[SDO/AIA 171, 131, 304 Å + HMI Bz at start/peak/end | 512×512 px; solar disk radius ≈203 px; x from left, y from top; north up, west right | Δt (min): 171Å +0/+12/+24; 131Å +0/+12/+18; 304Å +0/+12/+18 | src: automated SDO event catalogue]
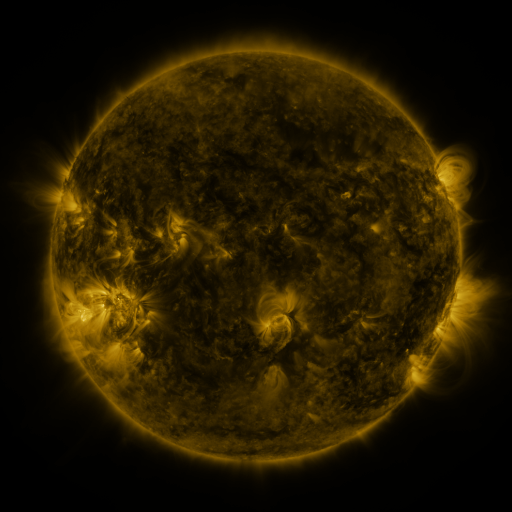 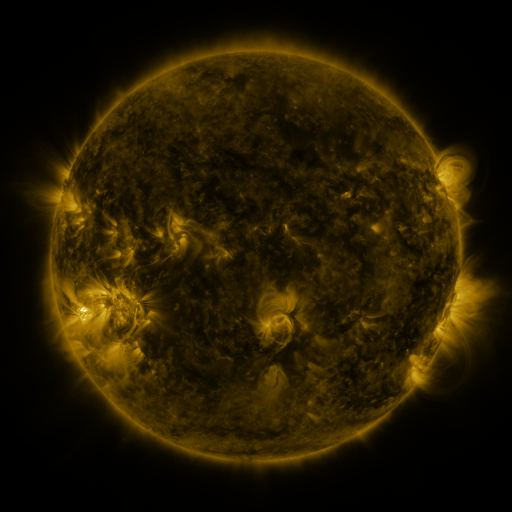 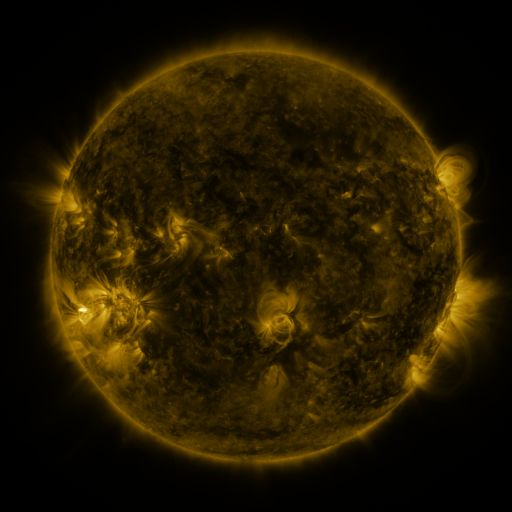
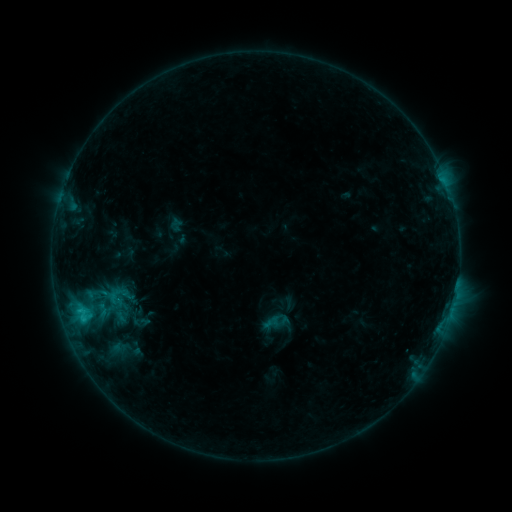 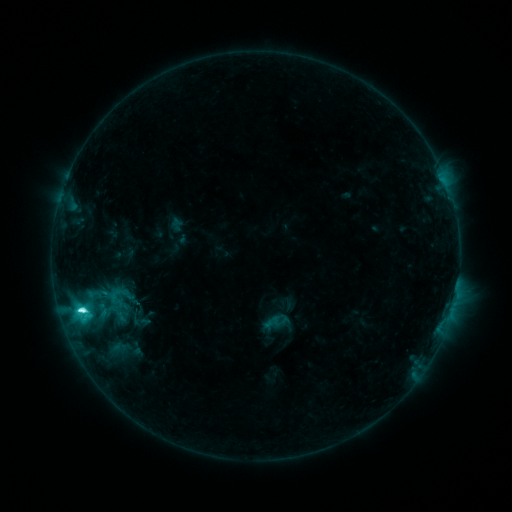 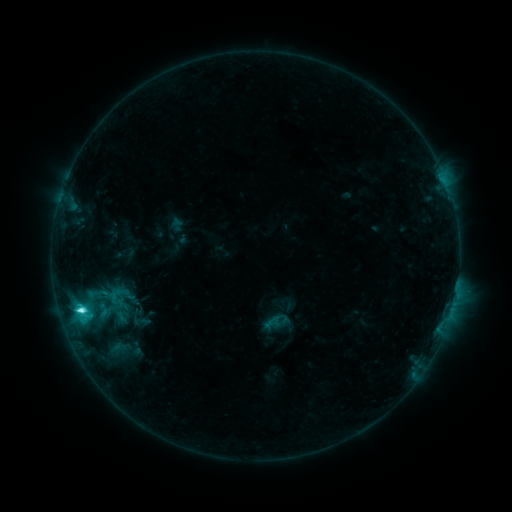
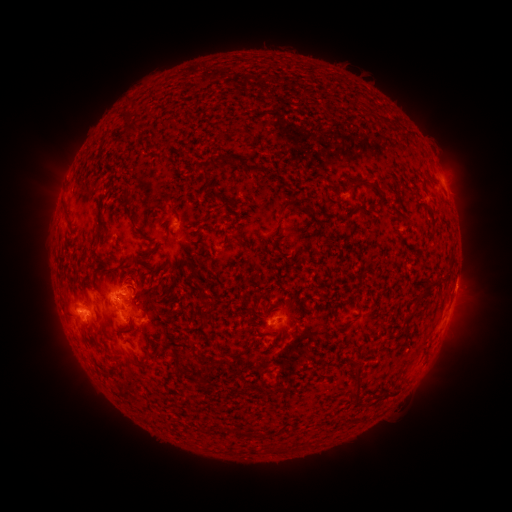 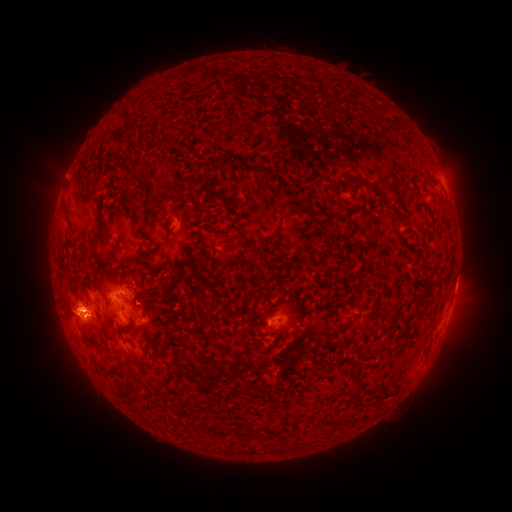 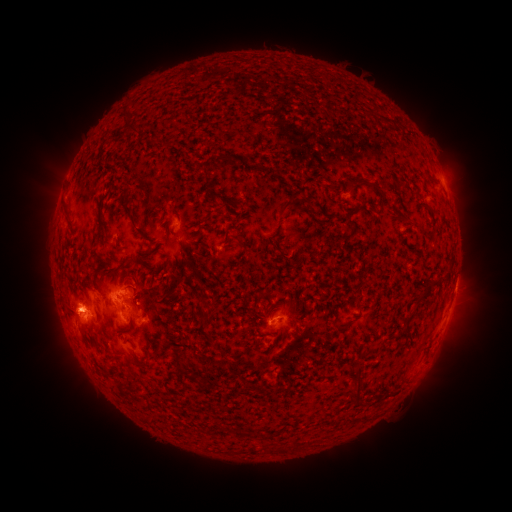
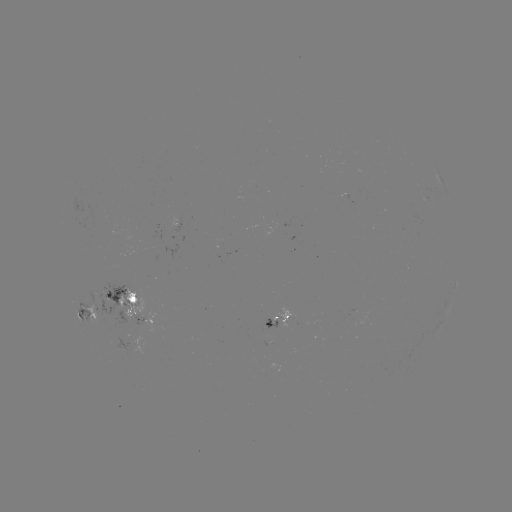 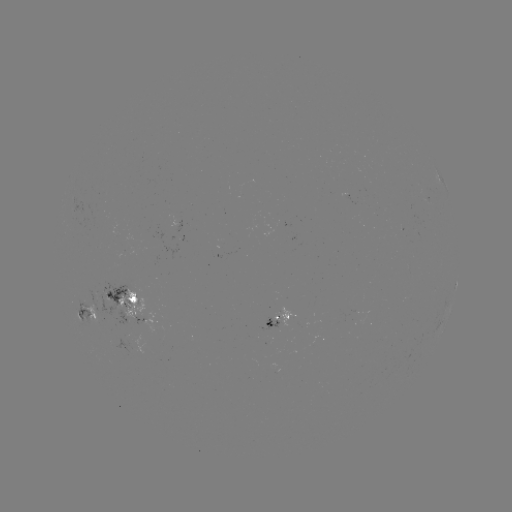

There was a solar flare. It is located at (82, 307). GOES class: C6.8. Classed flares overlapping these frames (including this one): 1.